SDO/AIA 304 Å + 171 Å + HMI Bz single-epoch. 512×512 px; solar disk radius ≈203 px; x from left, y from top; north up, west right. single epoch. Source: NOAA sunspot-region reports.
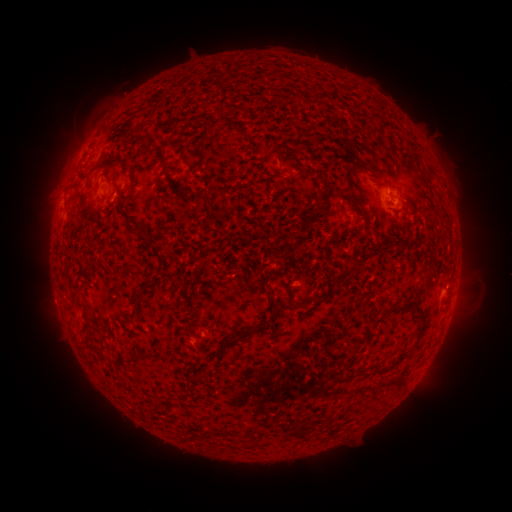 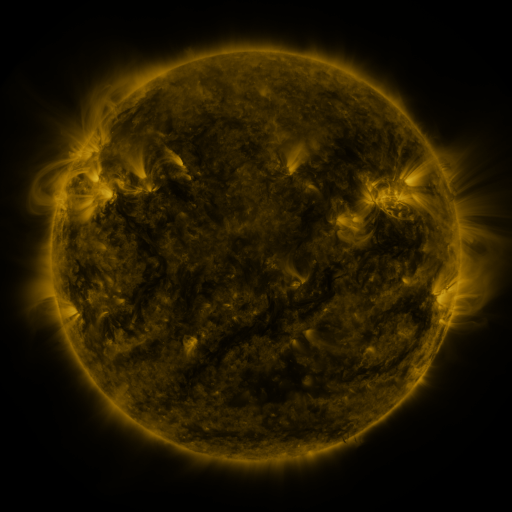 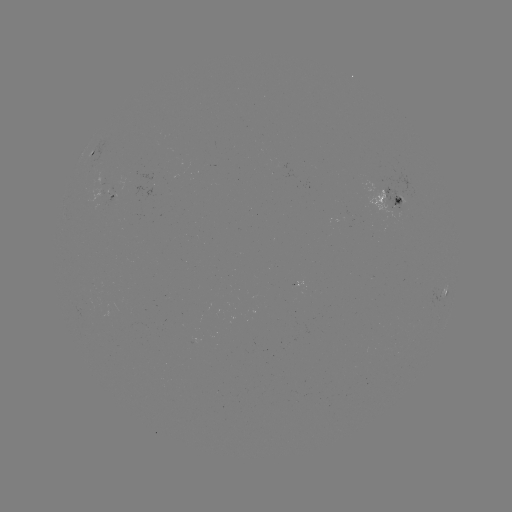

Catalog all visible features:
spotted active region: (91, 159)
spotted active region: (388, 196)
spotted active region: (91, 199)
spotted active region: (446, 292)
